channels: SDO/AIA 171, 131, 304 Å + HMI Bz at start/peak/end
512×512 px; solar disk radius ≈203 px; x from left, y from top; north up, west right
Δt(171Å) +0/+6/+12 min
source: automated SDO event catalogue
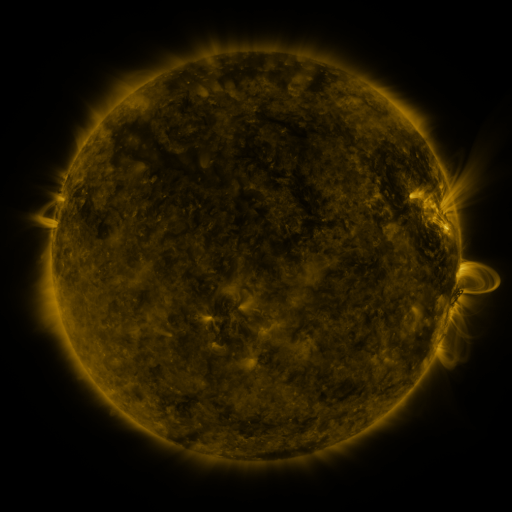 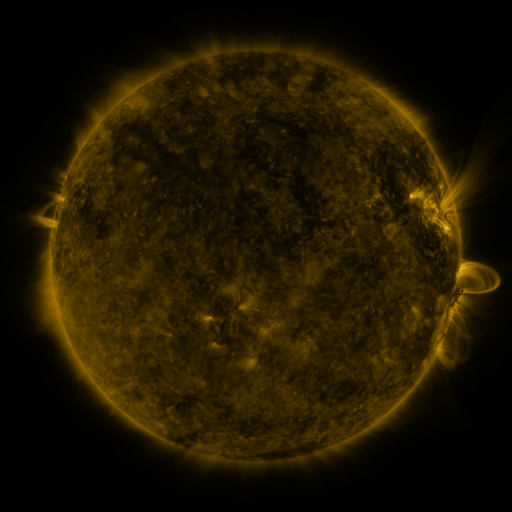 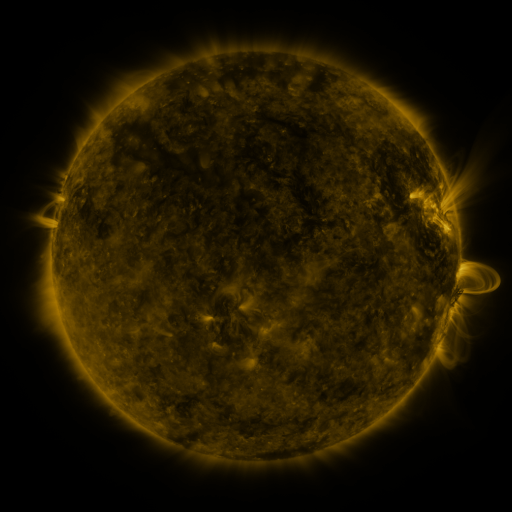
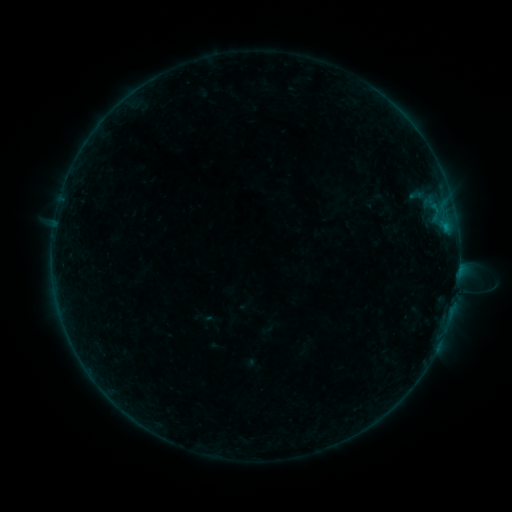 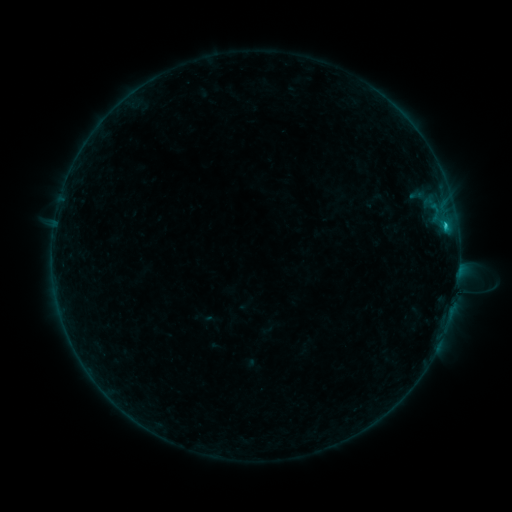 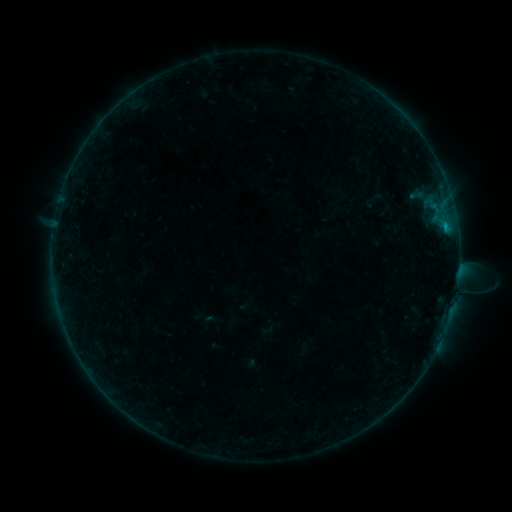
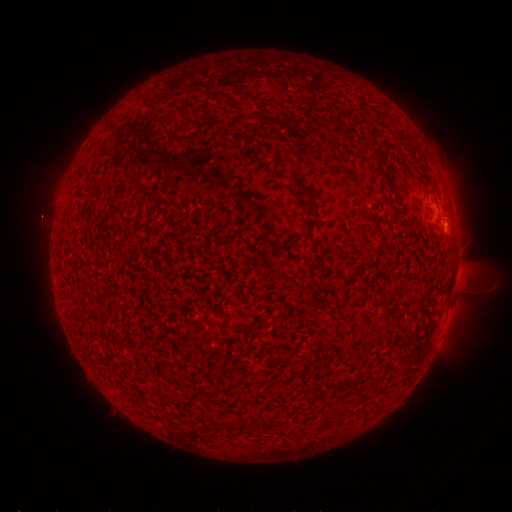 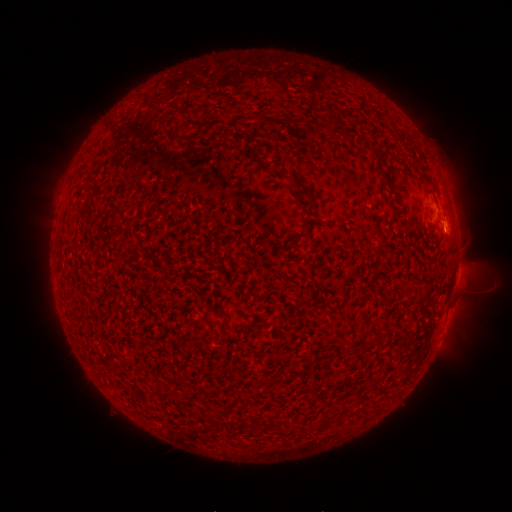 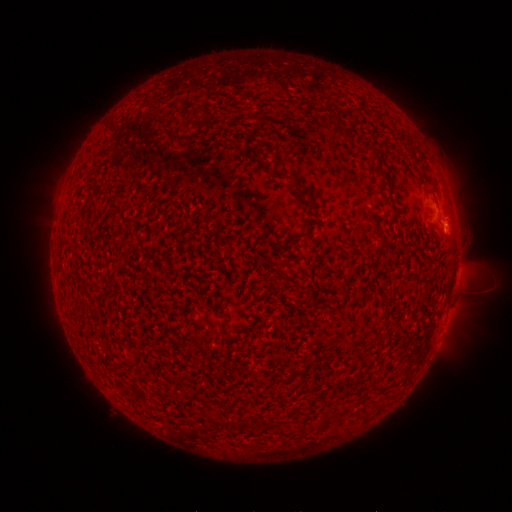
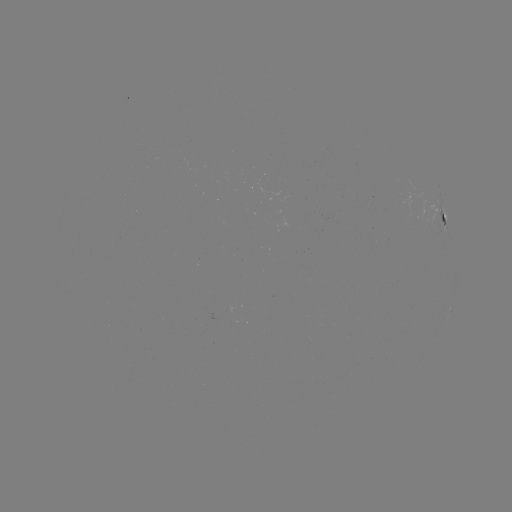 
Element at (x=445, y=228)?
B4.9 flare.